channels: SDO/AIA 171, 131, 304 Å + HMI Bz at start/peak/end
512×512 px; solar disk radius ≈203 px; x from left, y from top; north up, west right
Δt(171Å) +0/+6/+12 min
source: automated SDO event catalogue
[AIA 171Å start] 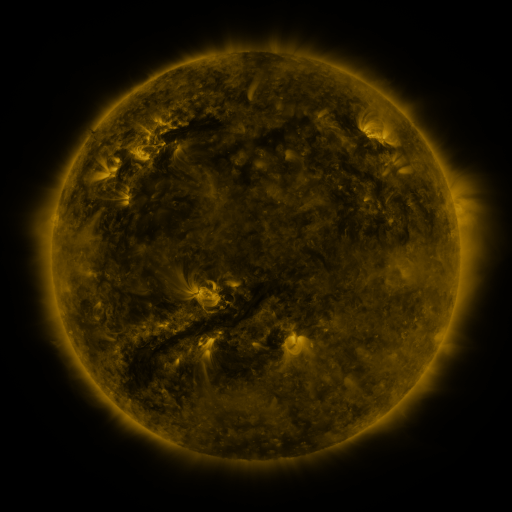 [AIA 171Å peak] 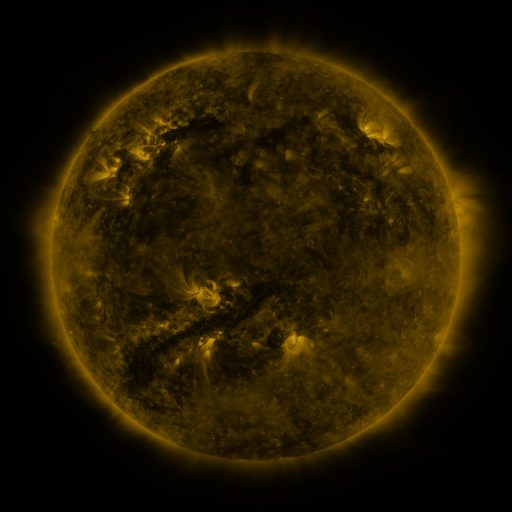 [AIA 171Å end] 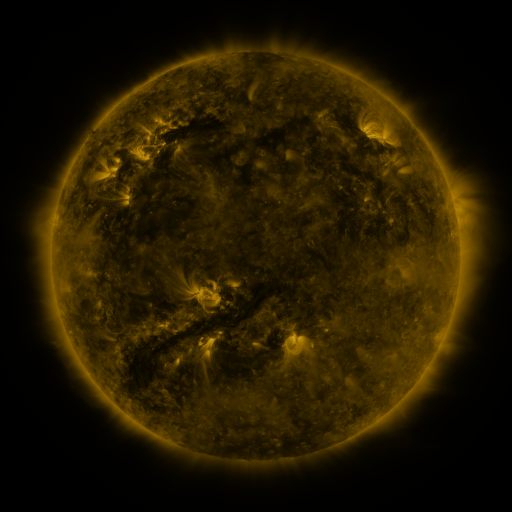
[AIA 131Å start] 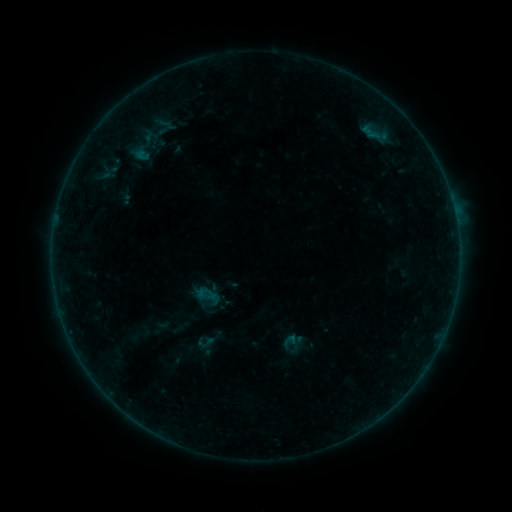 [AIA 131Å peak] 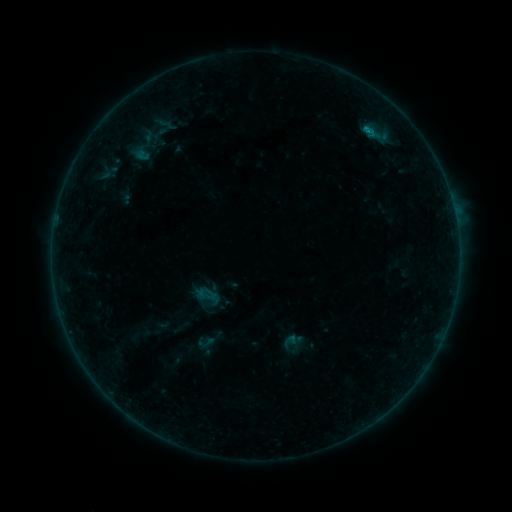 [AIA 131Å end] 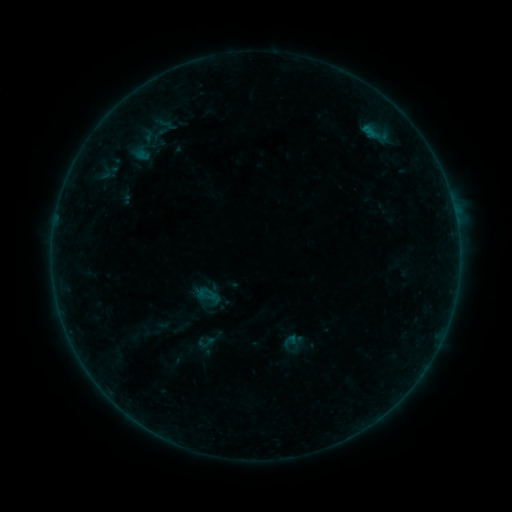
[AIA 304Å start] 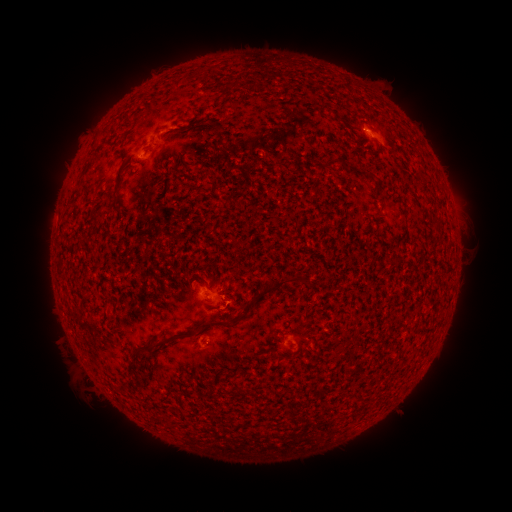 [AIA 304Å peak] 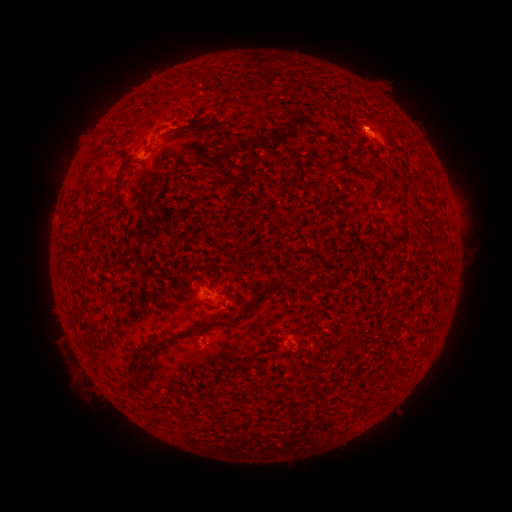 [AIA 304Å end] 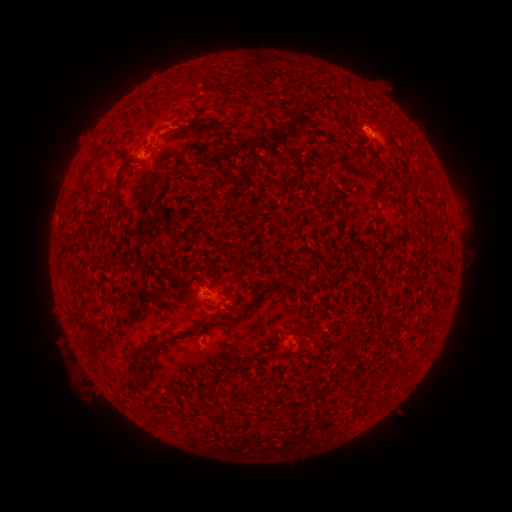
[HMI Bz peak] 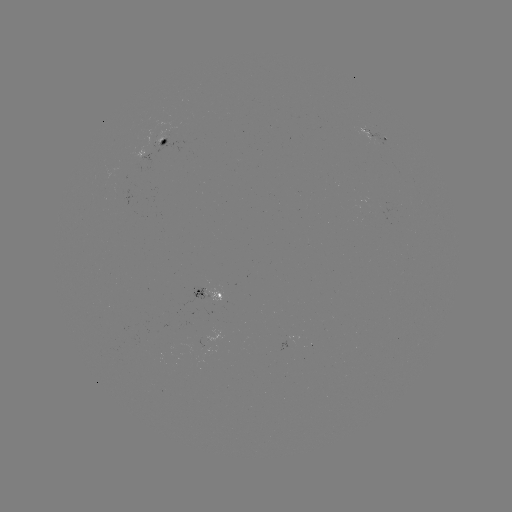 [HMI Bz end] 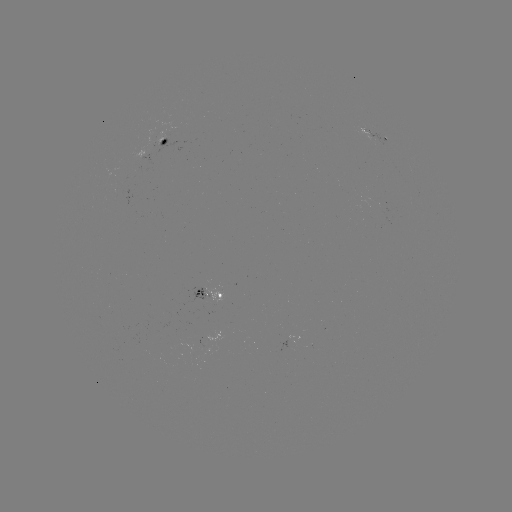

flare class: B2.6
